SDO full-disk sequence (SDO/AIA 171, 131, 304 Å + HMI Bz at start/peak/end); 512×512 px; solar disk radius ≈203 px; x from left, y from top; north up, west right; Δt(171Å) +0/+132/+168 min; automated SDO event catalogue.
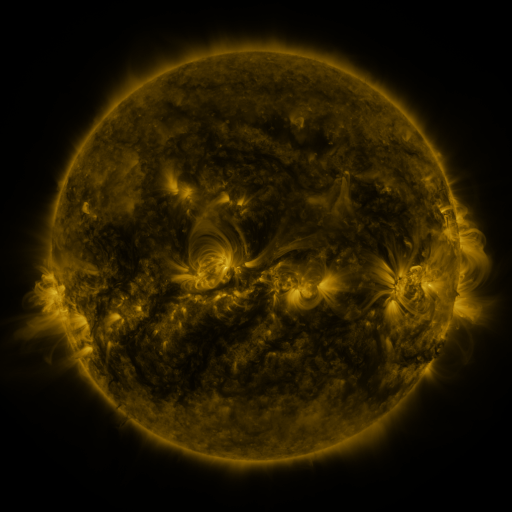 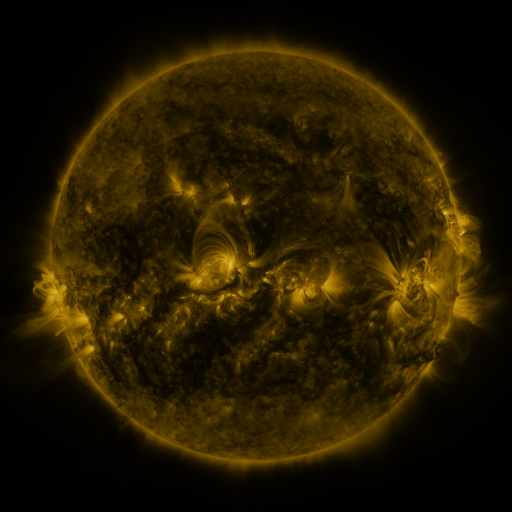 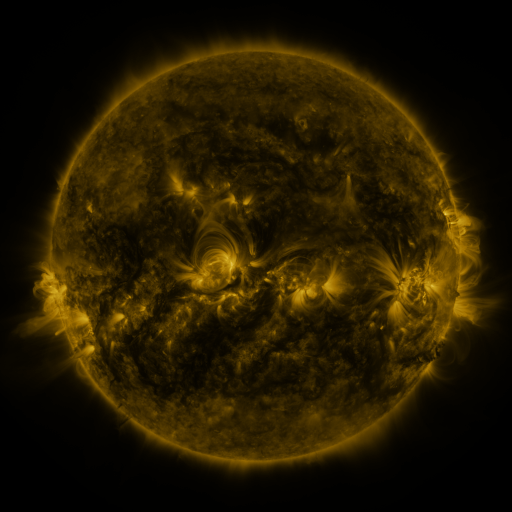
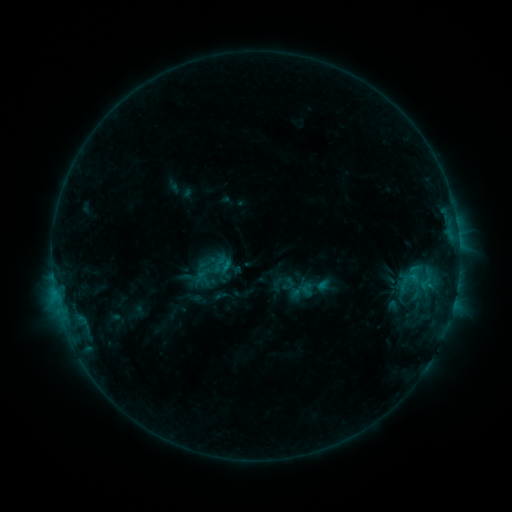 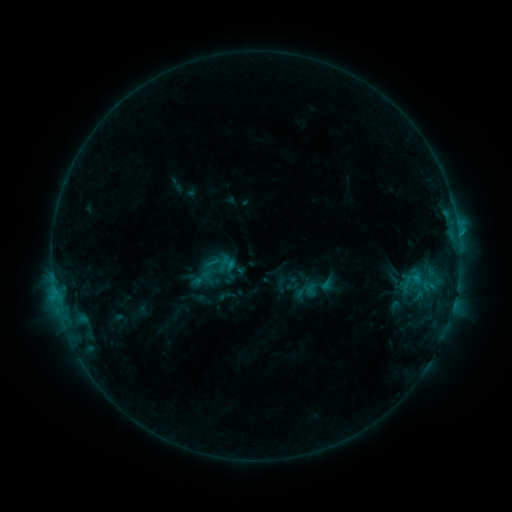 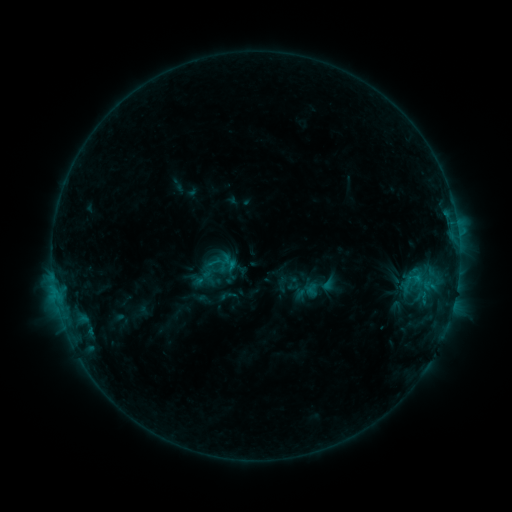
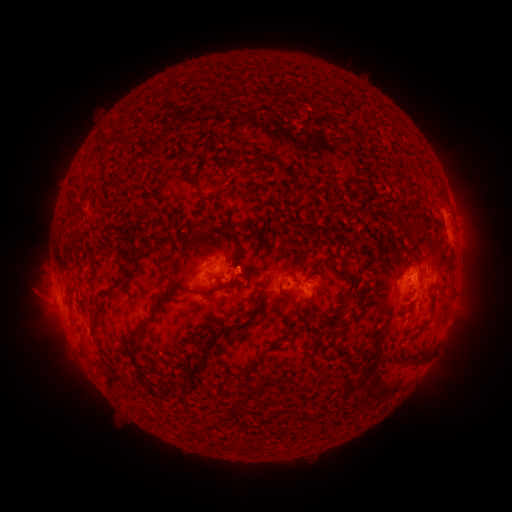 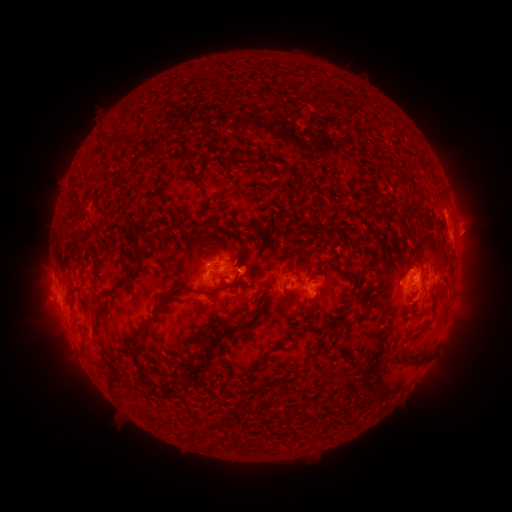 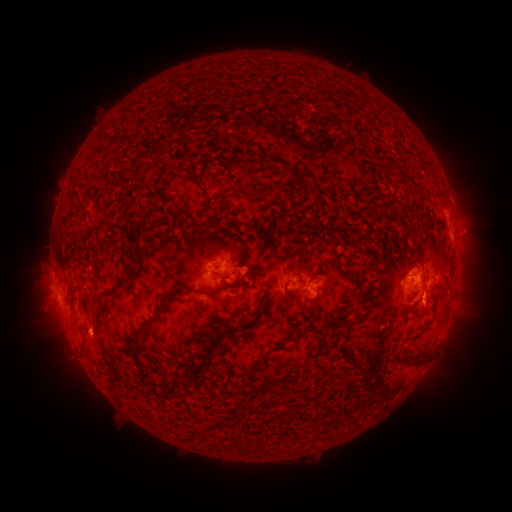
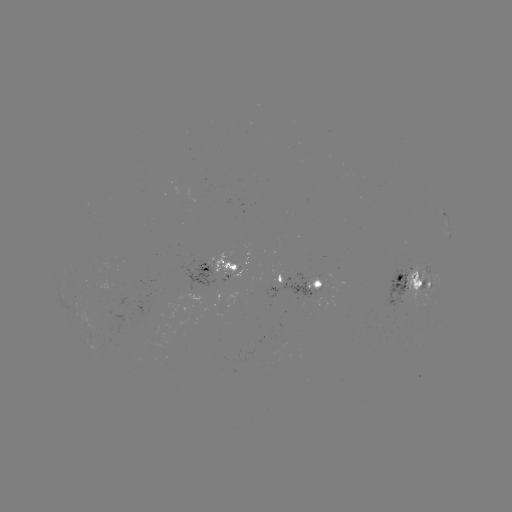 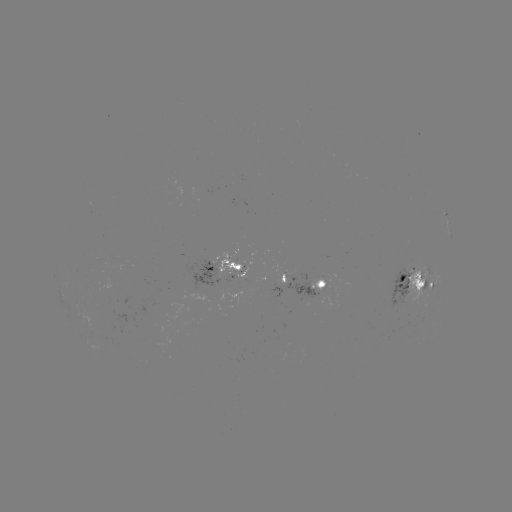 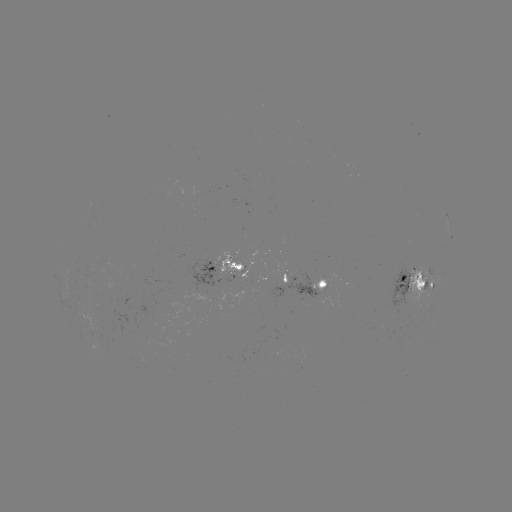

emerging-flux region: [404, 262, 432, 311]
